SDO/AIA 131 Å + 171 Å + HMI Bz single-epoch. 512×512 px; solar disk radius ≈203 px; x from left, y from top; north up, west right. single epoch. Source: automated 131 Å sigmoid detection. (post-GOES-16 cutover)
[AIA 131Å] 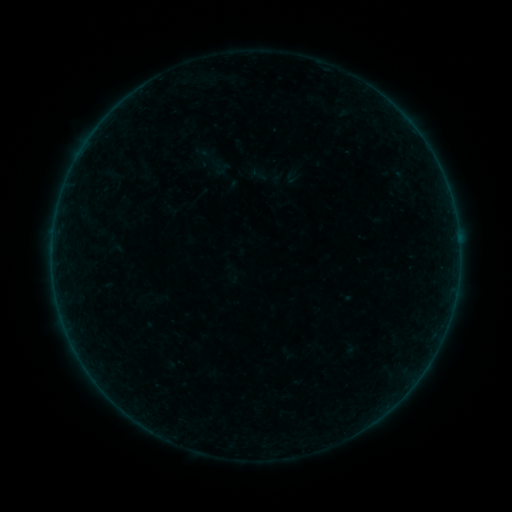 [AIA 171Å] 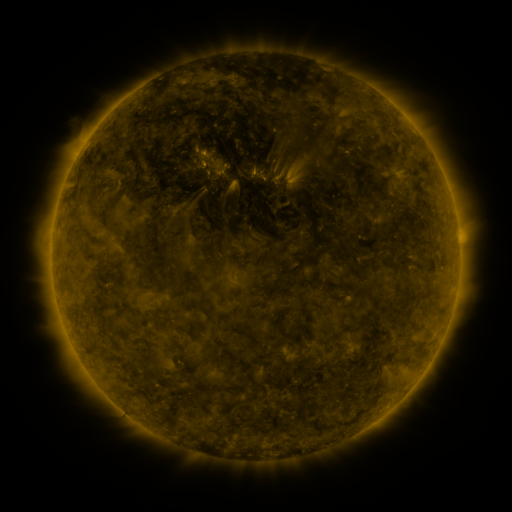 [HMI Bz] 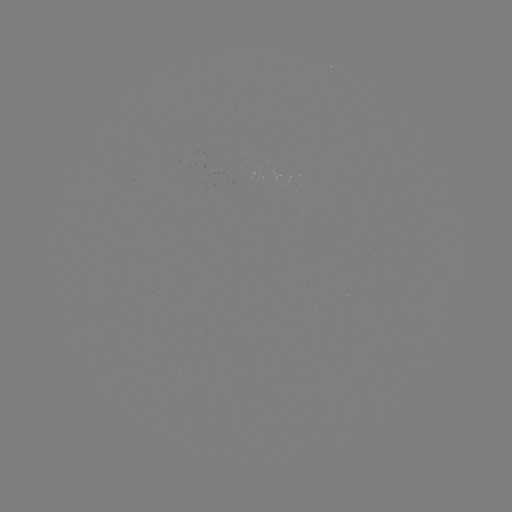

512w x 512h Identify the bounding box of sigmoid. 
[187, 135, 236, 186].